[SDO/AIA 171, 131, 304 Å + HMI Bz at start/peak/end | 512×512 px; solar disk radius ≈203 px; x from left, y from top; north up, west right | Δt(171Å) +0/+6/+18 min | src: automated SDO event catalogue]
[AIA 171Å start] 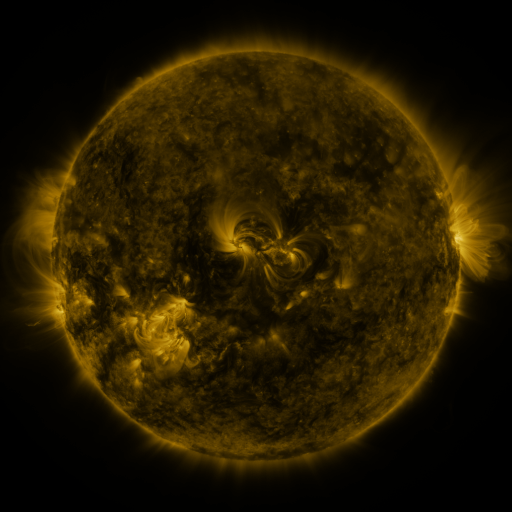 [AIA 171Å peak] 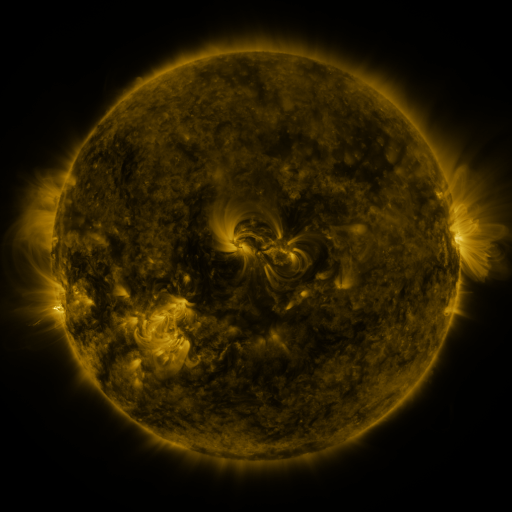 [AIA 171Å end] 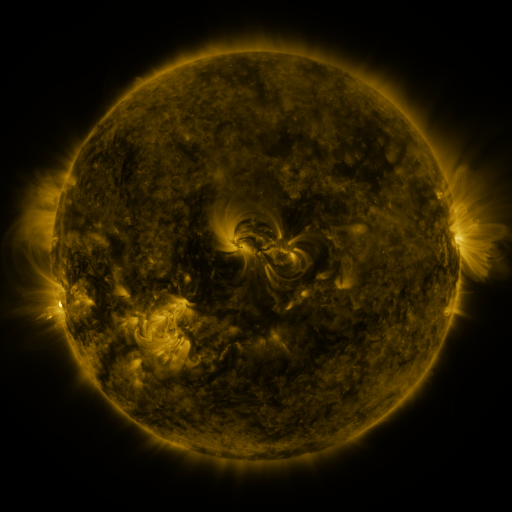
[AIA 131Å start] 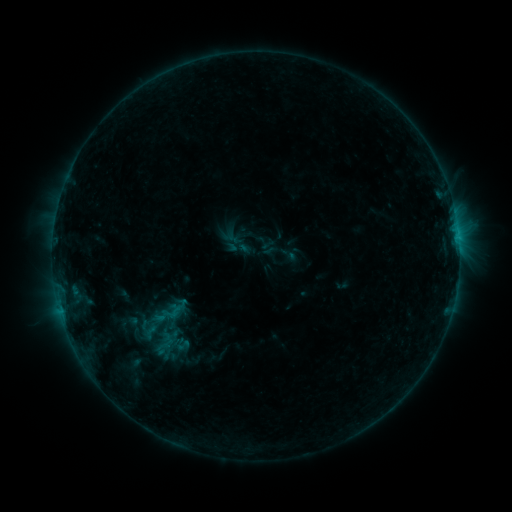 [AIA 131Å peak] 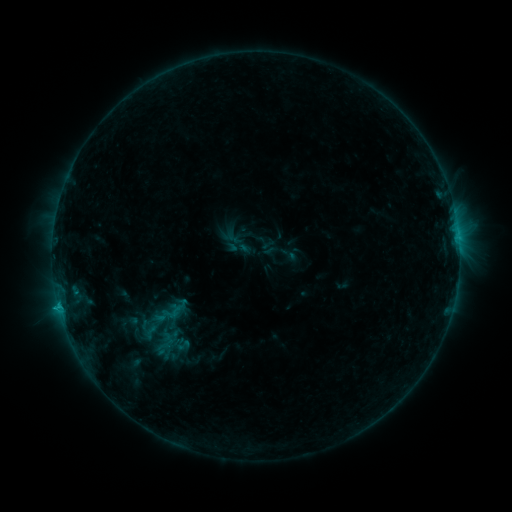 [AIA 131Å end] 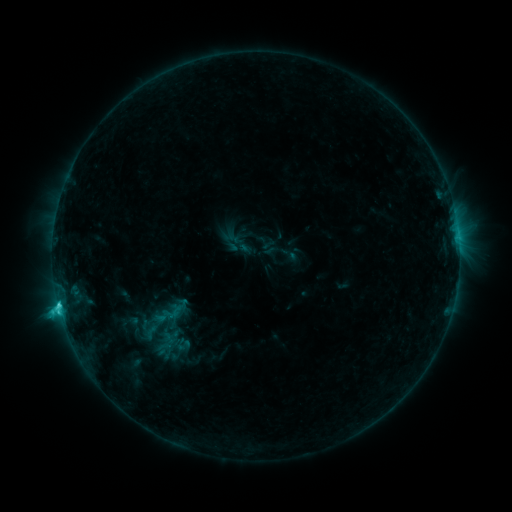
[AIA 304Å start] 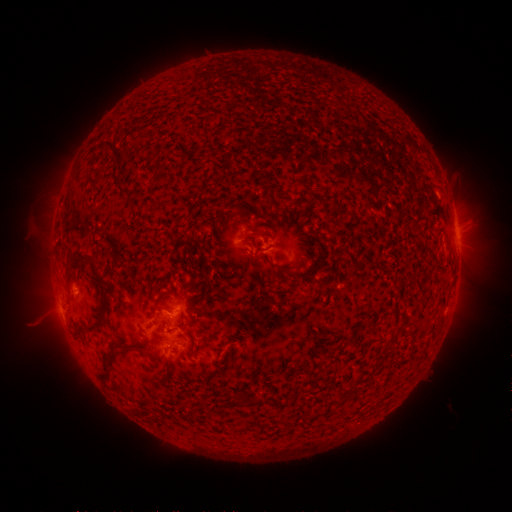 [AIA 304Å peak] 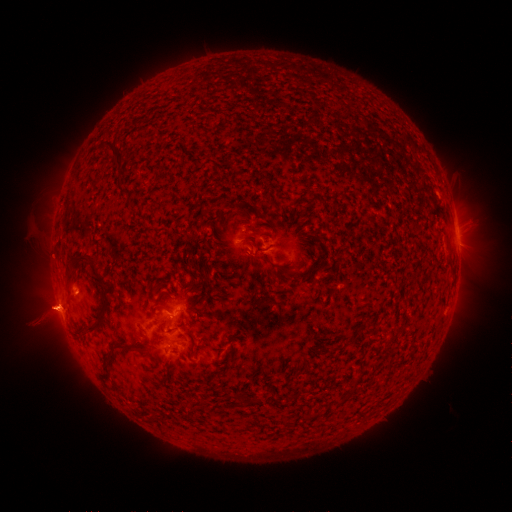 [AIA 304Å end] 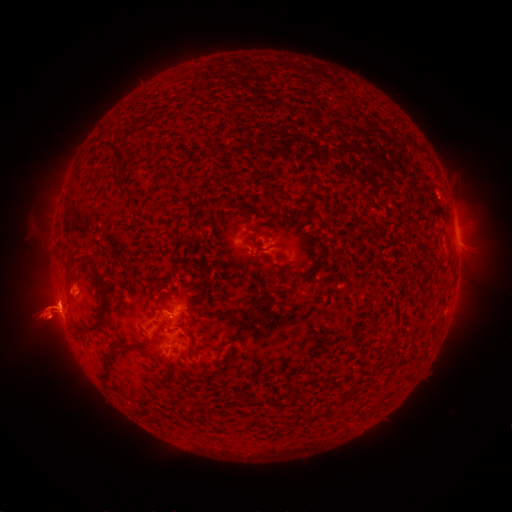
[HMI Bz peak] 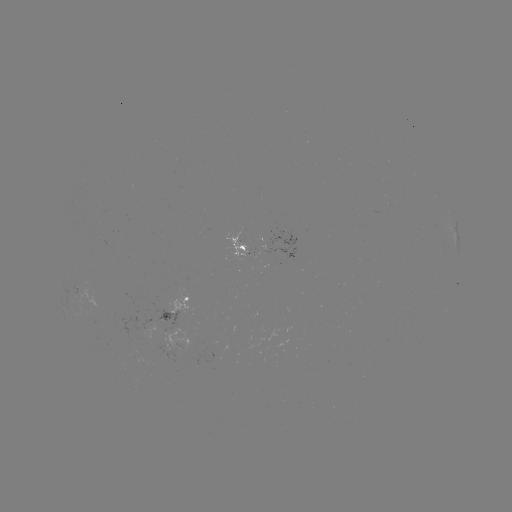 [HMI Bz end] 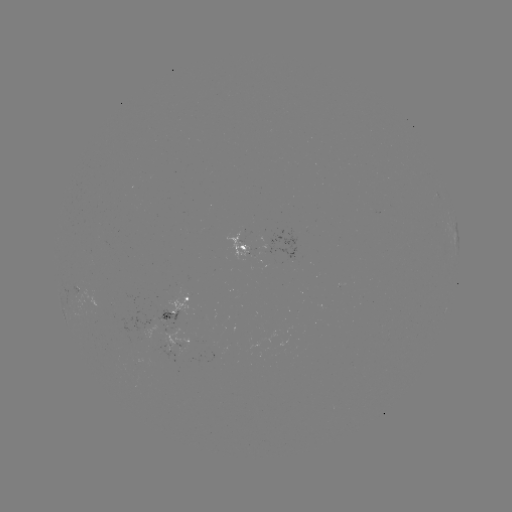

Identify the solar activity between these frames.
eruption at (52, 309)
